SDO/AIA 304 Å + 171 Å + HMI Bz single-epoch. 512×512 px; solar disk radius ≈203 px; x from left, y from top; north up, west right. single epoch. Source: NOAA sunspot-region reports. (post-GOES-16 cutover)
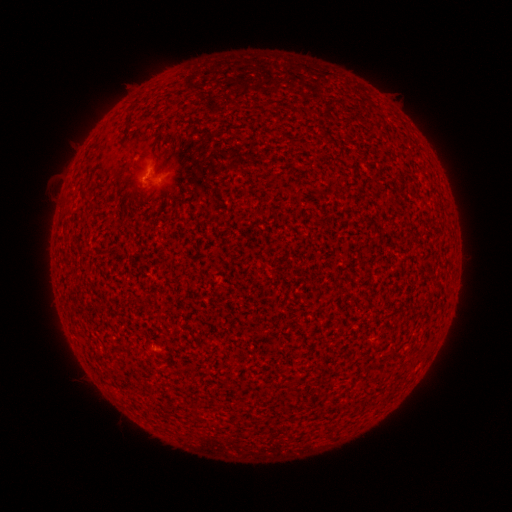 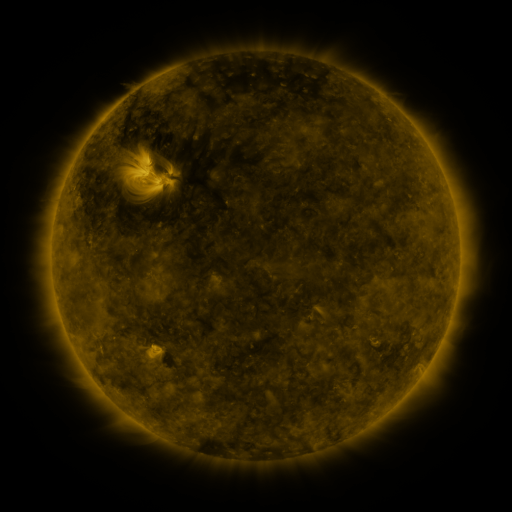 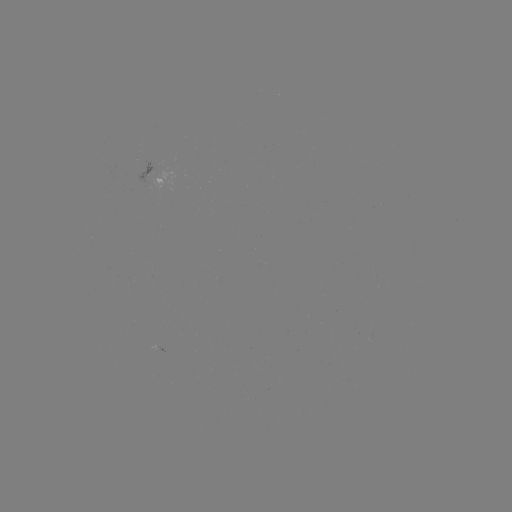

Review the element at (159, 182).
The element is spotted active region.